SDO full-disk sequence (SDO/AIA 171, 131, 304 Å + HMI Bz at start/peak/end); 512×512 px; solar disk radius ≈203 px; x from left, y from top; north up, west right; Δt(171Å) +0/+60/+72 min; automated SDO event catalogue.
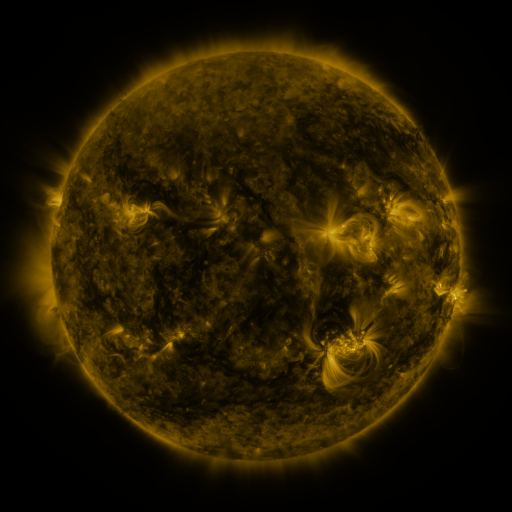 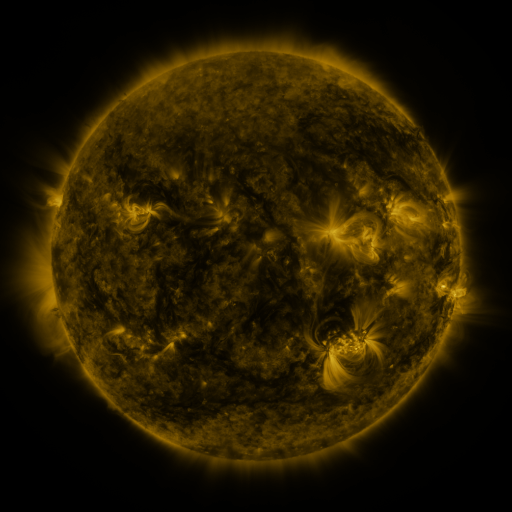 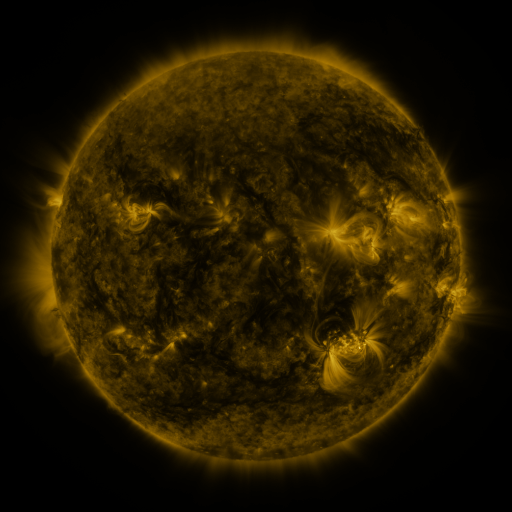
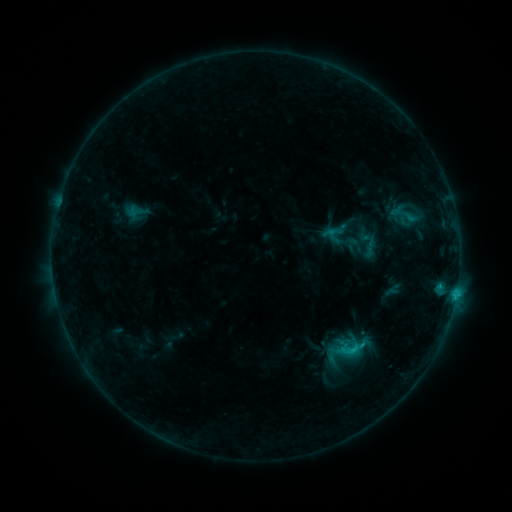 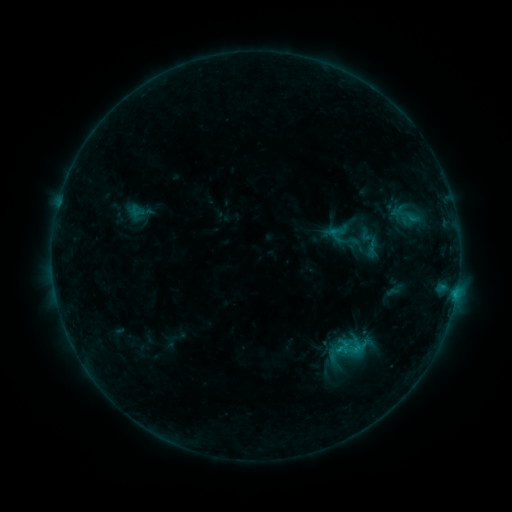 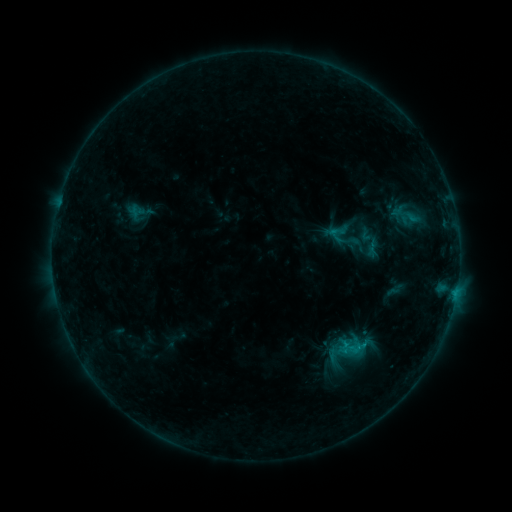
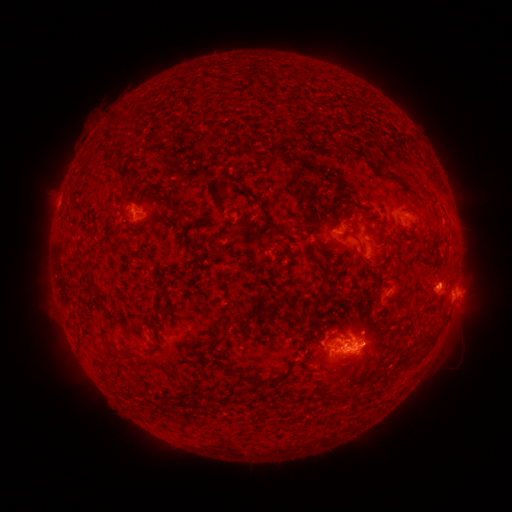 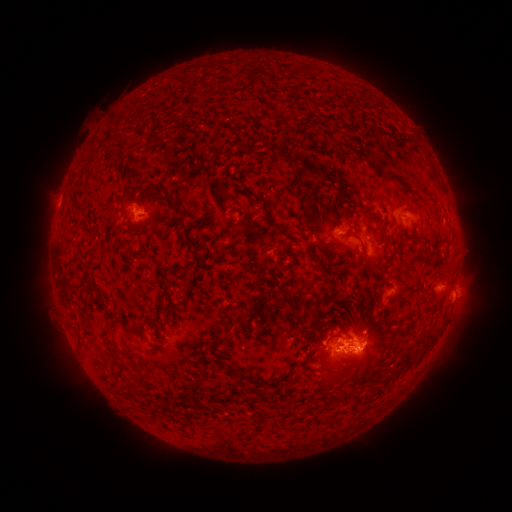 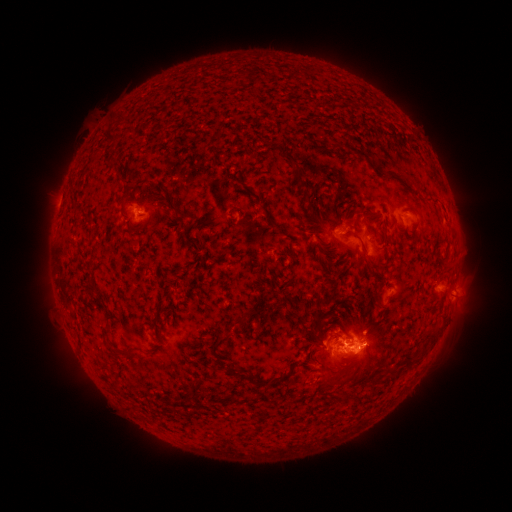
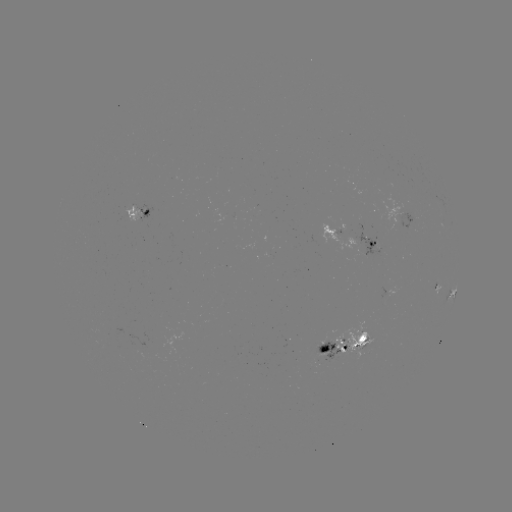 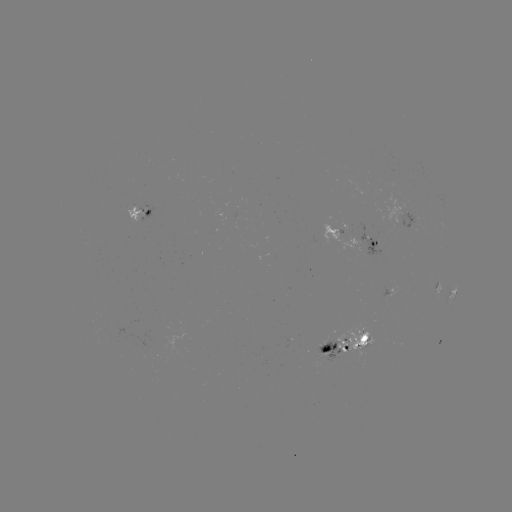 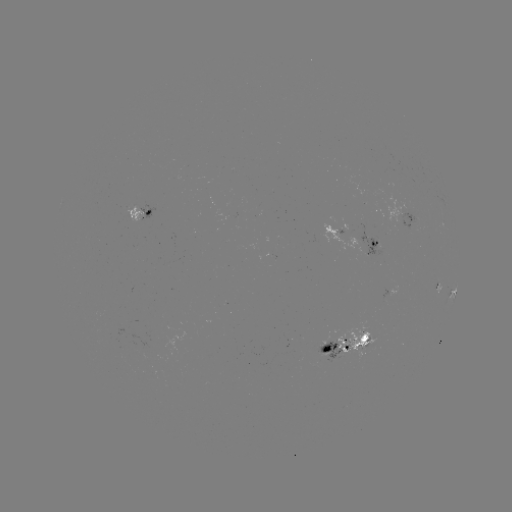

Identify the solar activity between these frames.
emerging-flux region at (362, 340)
